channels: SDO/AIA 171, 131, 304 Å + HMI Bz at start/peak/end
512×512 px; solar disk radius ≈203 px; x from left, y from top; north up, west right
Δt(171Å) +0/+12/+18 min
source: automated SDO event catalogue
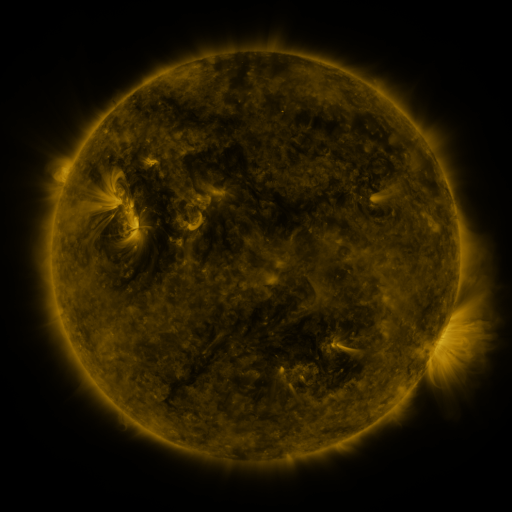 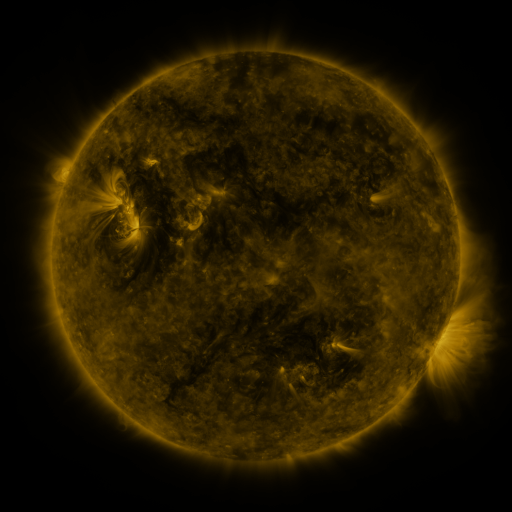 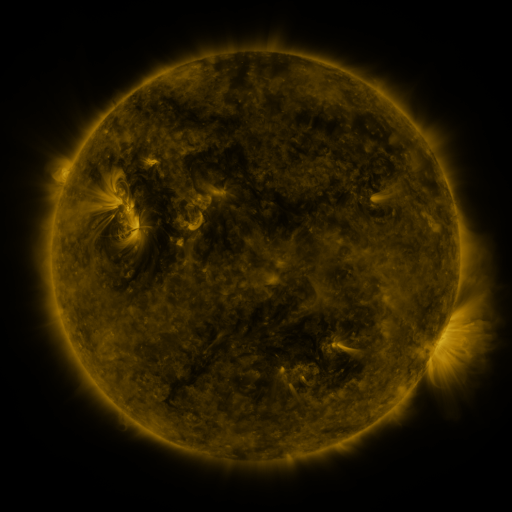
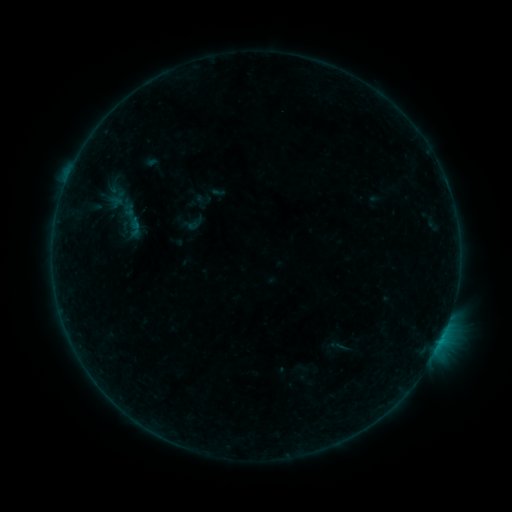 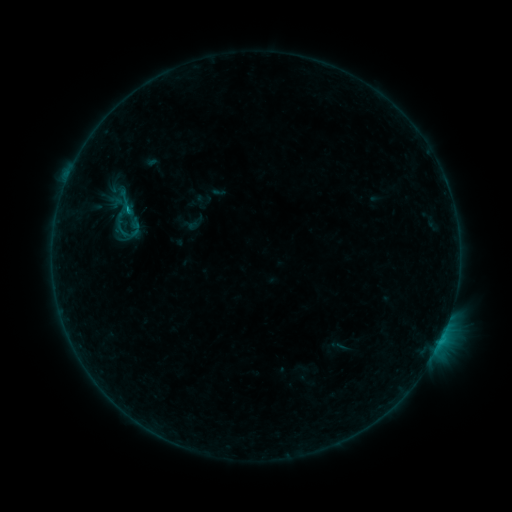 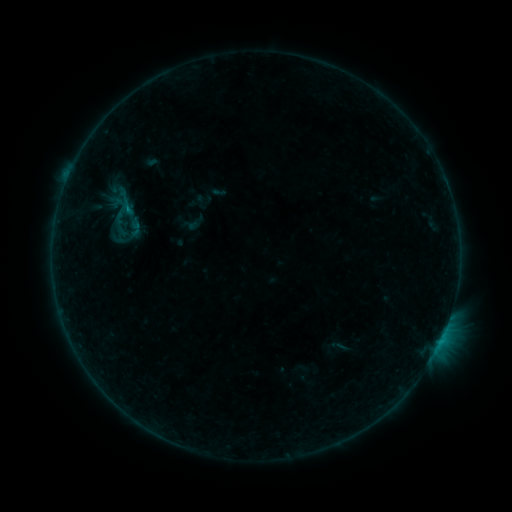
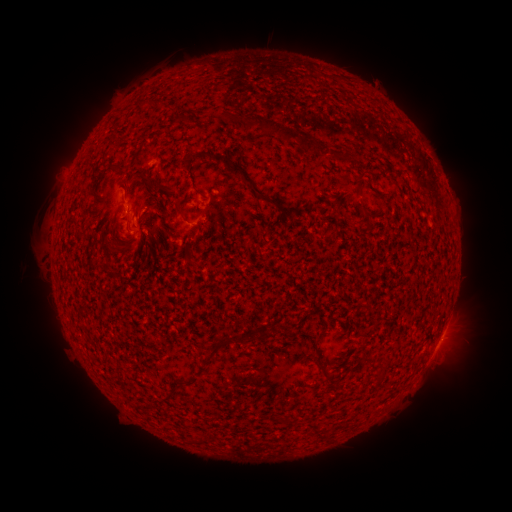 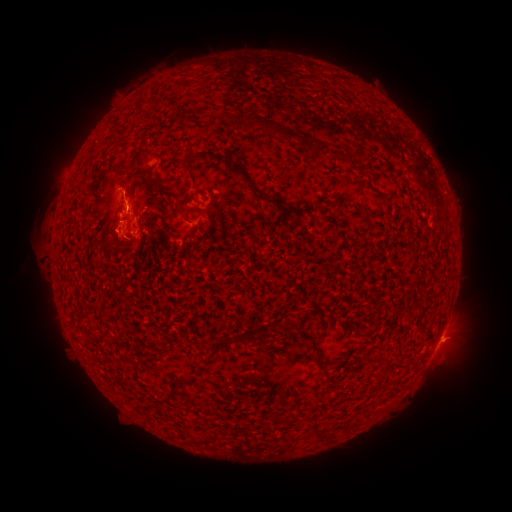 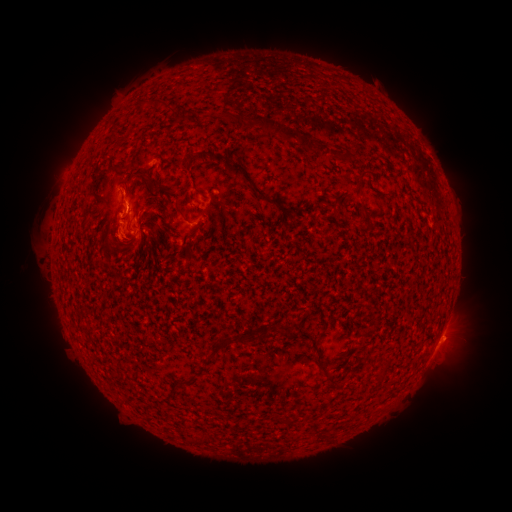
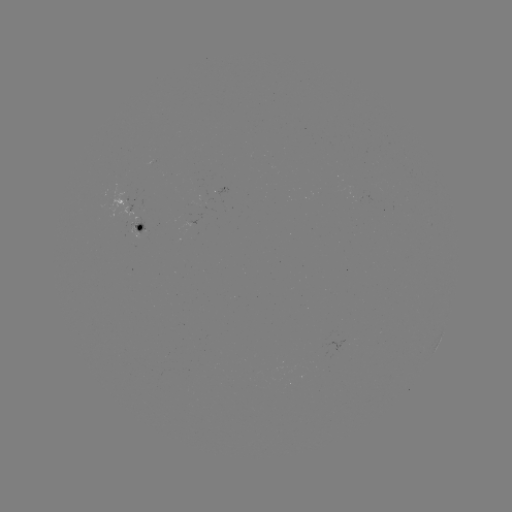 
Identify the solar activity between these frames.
B7.4 flare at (128, 211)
